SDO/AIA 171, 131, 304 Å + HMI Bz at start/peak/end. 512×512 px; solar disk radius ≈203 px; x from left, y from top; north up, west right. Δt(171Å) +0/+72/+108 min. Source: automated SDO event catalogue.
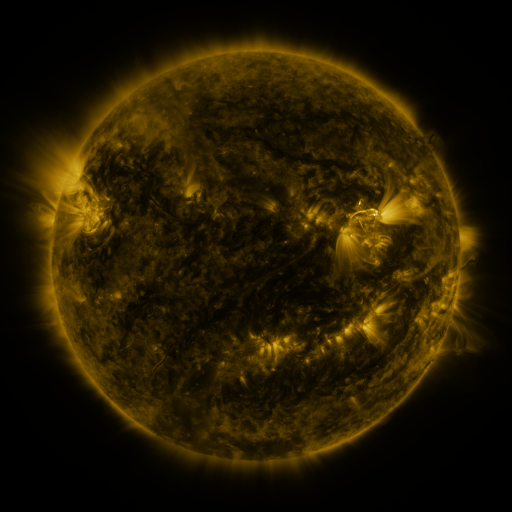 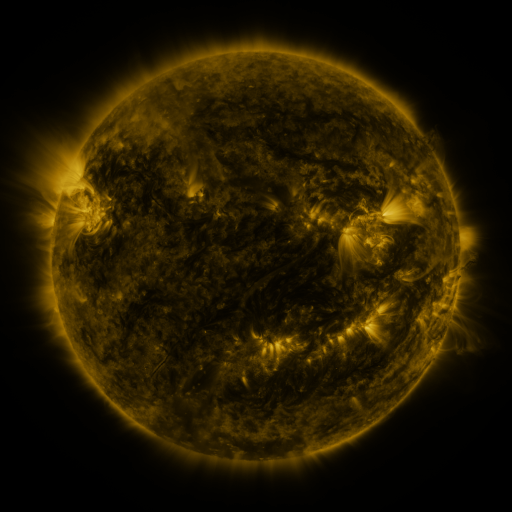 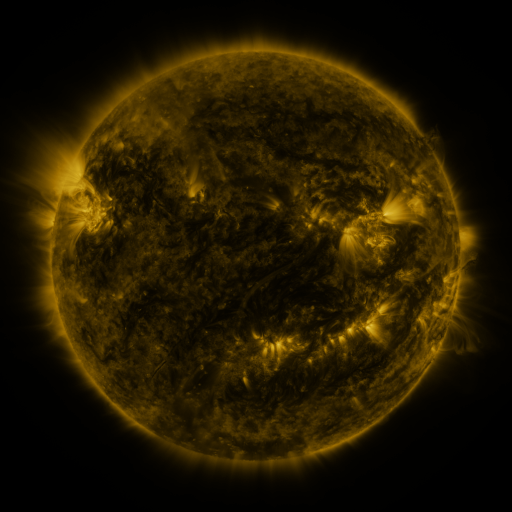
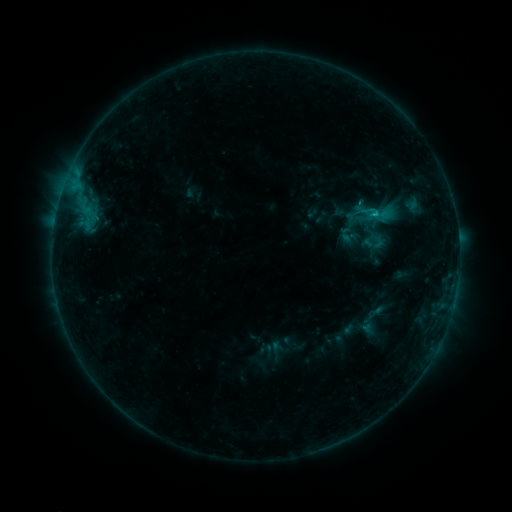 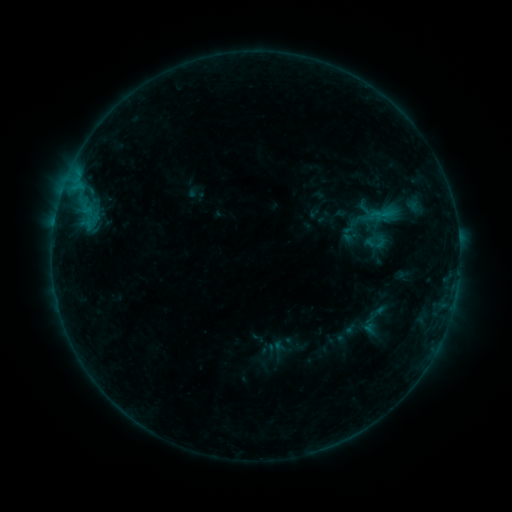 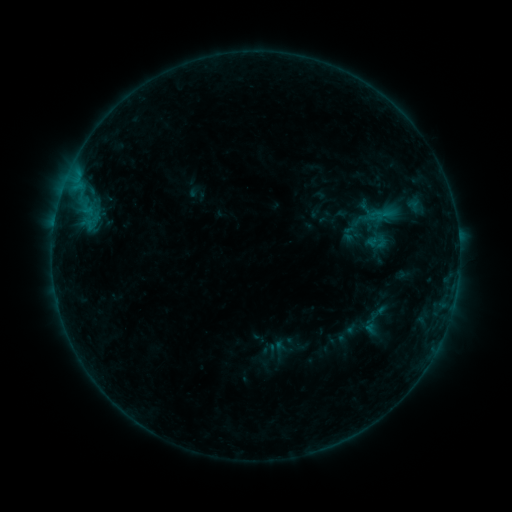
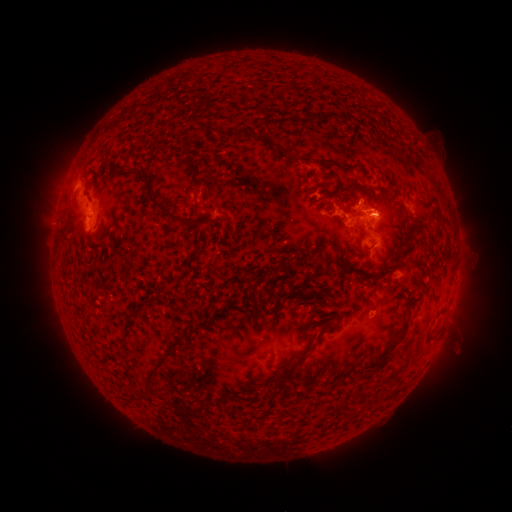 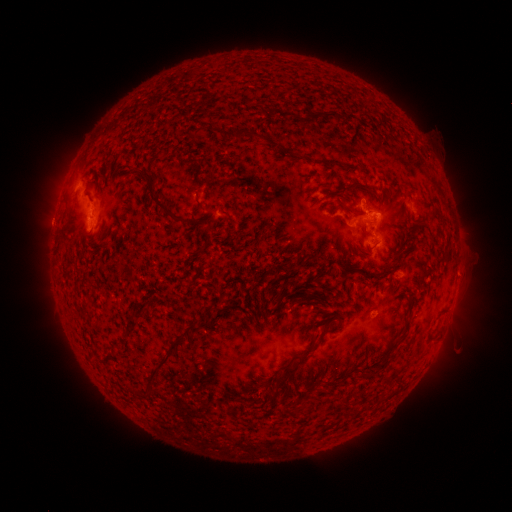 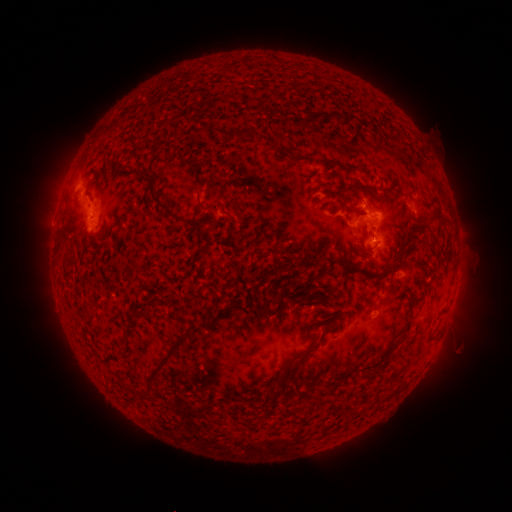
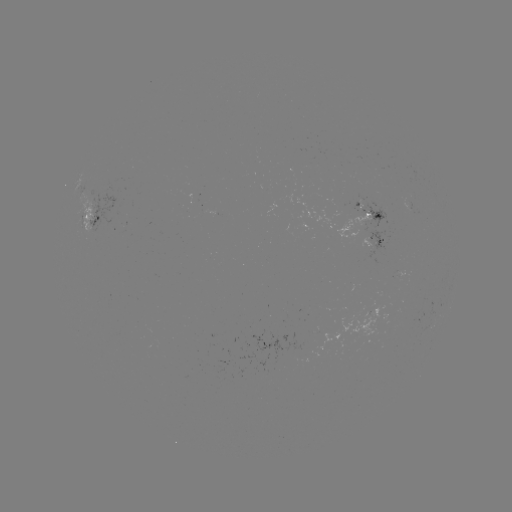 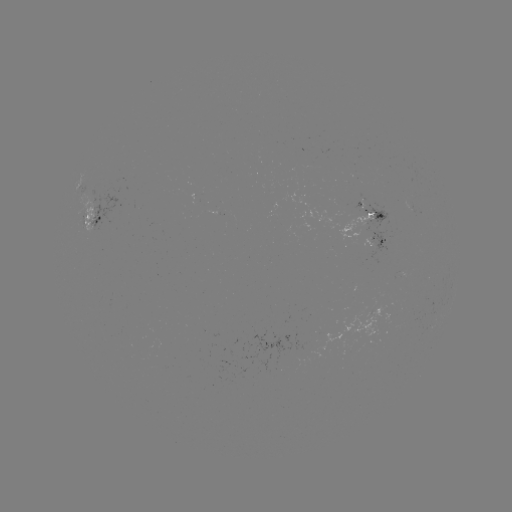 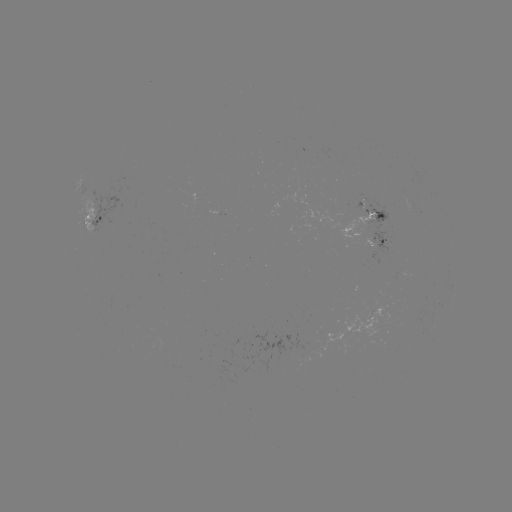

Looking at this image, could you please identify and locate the emerging-flux region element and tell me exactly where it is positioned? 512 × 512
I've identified emerging-flux region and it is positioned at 415,208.